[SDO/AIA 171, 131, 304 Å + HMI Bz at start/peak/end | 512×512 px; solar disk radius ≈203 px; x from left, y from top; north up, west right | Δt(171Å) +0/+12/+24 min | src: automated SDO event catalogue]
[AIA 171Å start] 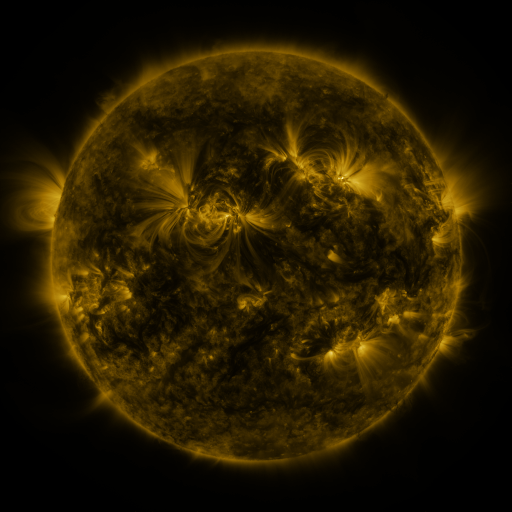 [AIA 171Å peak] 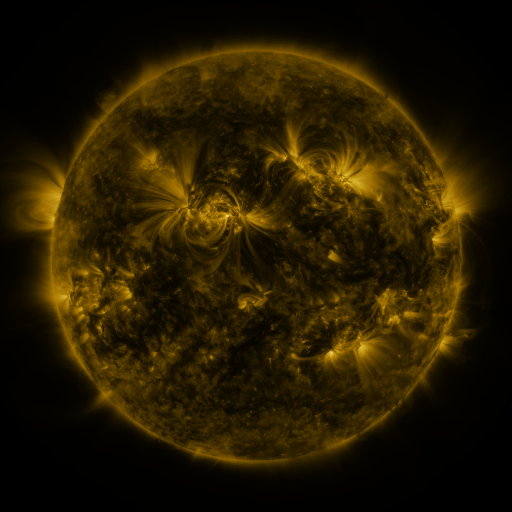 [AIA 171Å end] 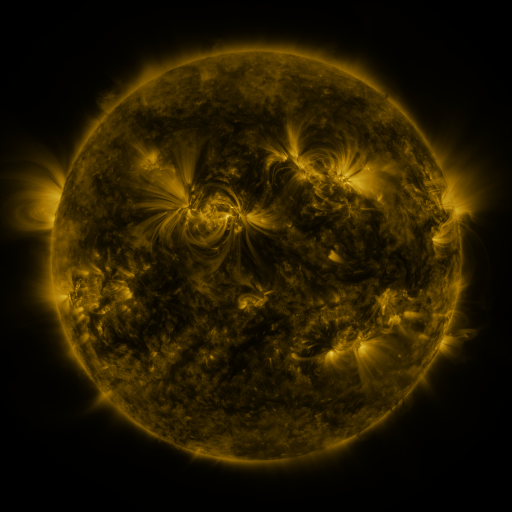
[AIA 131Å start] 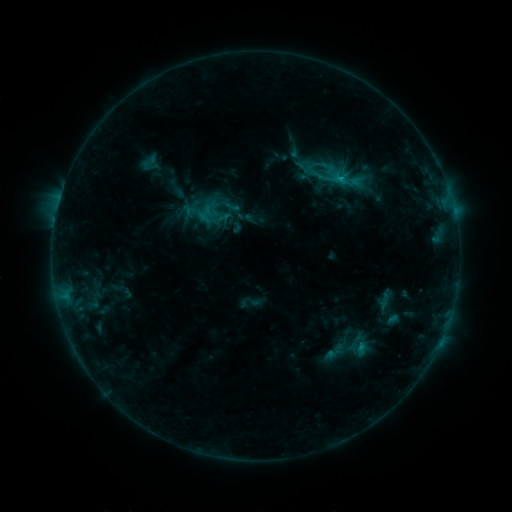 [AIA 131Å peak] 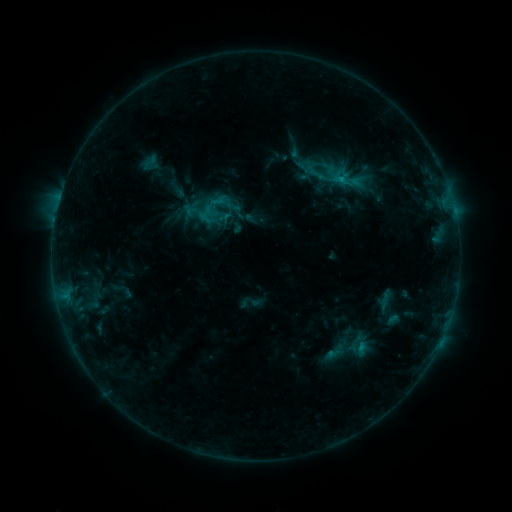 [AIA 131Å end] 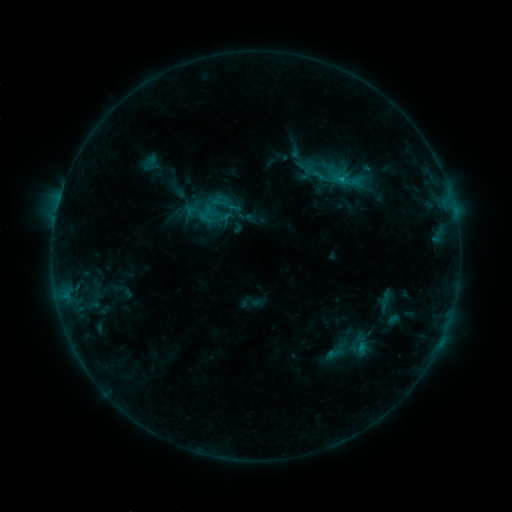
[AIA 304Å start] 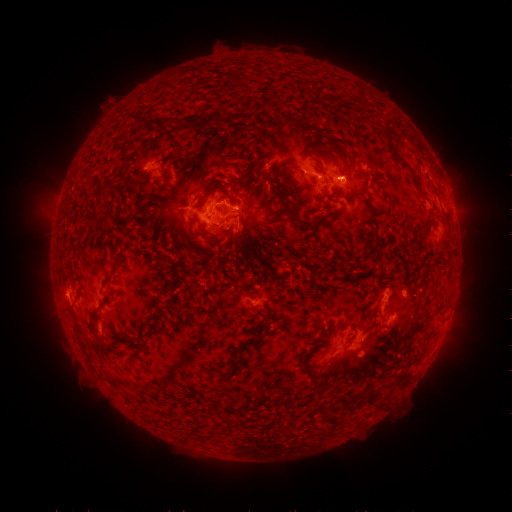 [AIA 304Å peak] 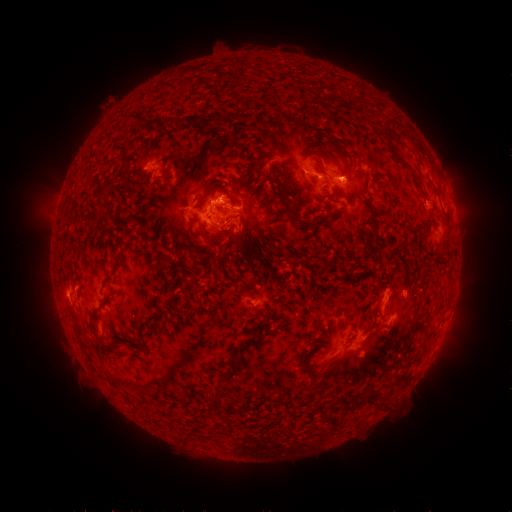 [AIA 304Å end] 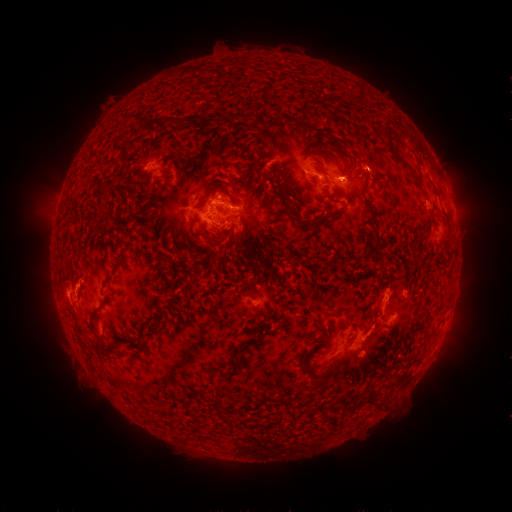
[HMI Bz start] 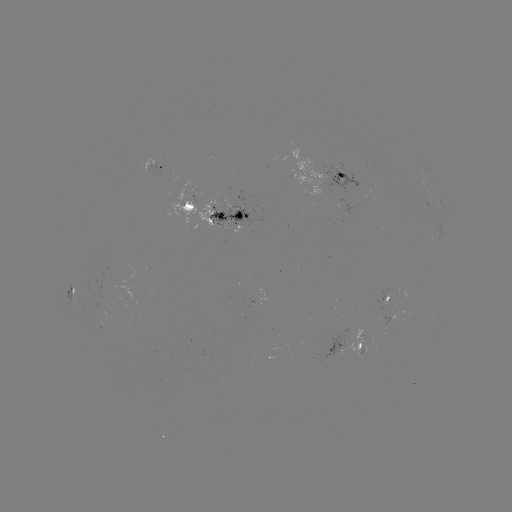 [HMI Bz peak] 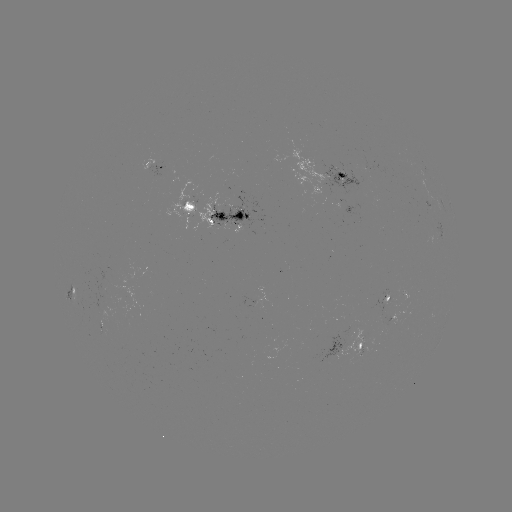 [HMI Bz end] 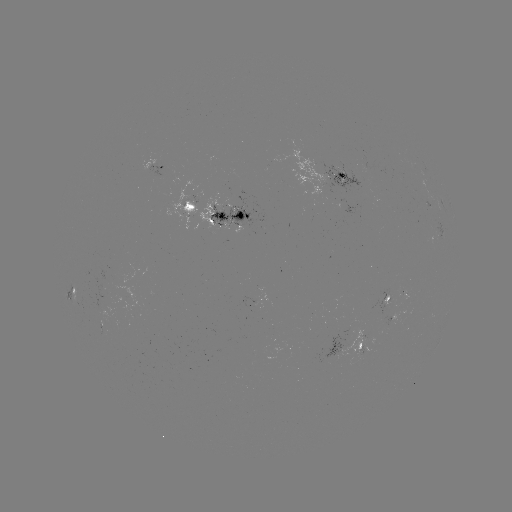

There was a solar eruption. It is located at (219, 194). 